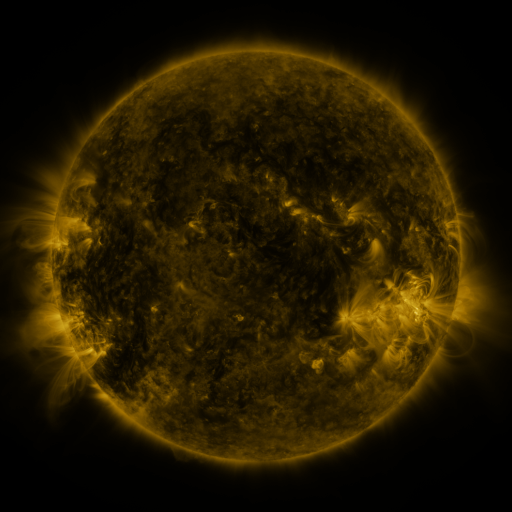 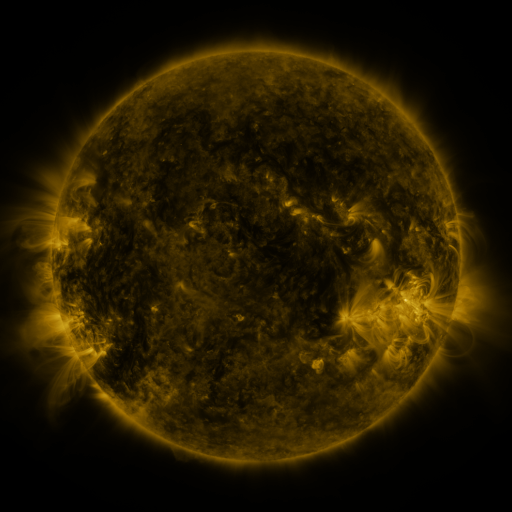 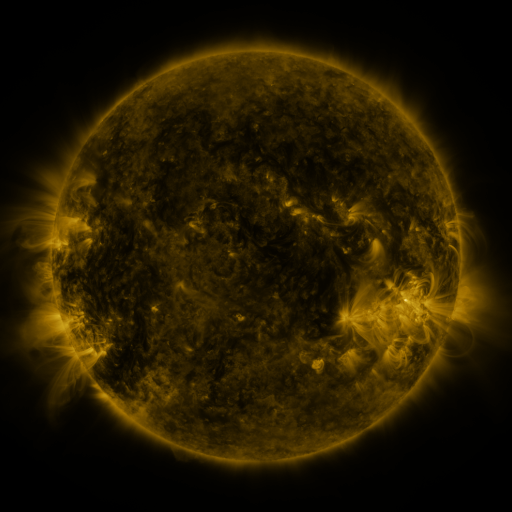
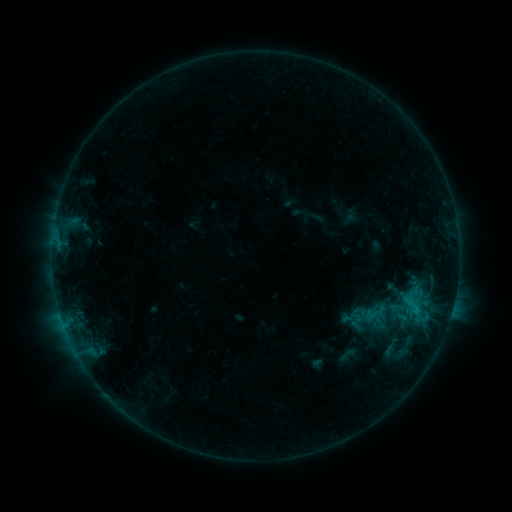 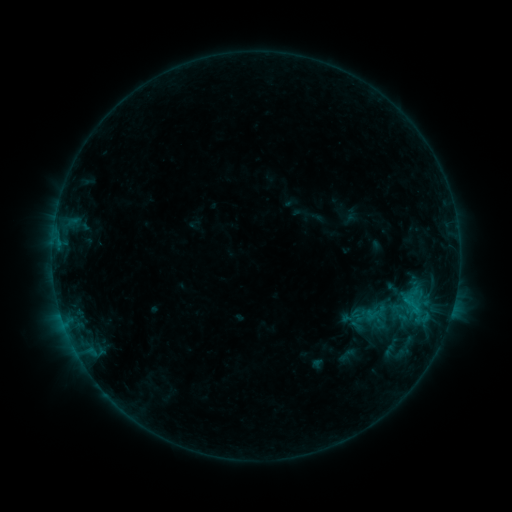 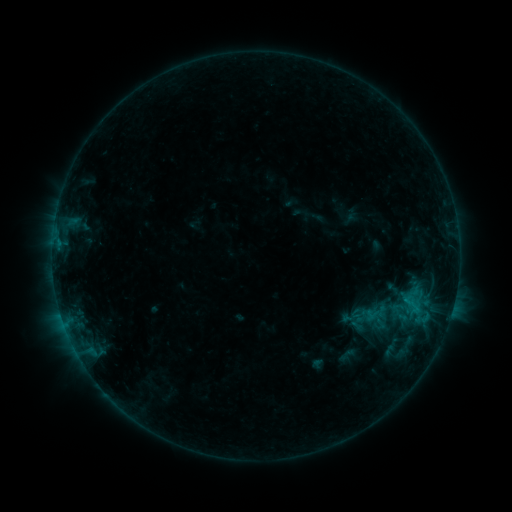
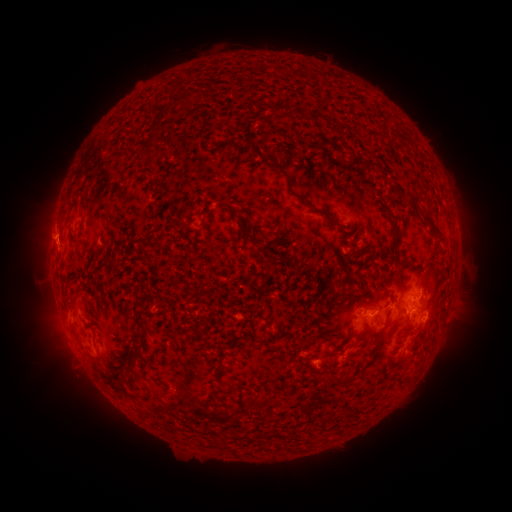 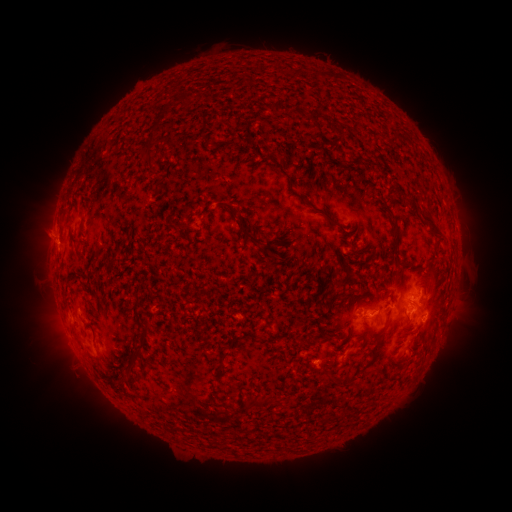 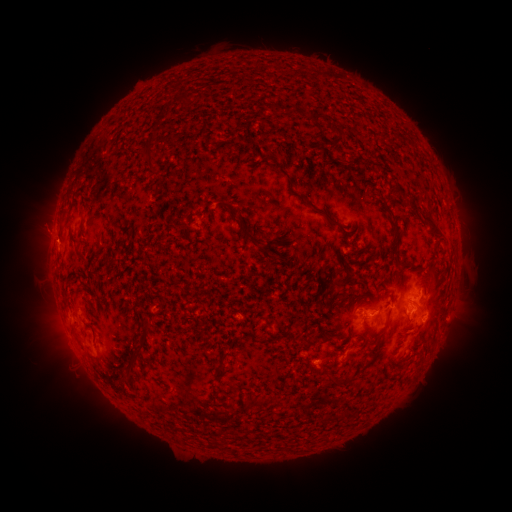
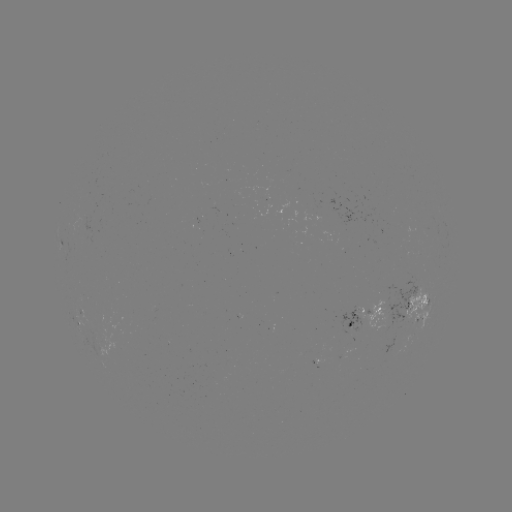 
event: eruption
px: (35, 232)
